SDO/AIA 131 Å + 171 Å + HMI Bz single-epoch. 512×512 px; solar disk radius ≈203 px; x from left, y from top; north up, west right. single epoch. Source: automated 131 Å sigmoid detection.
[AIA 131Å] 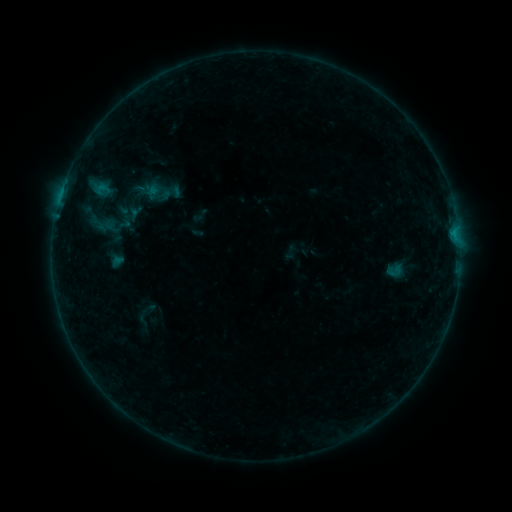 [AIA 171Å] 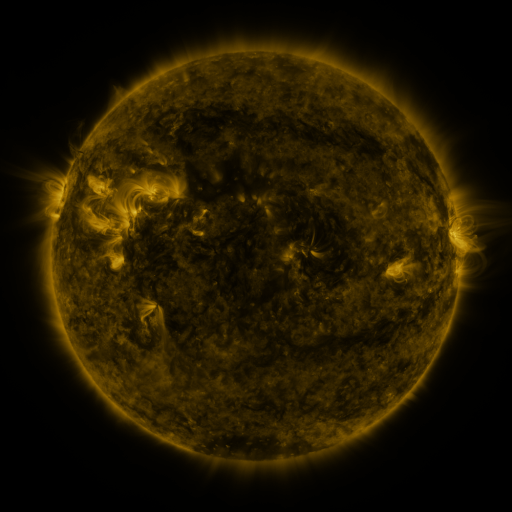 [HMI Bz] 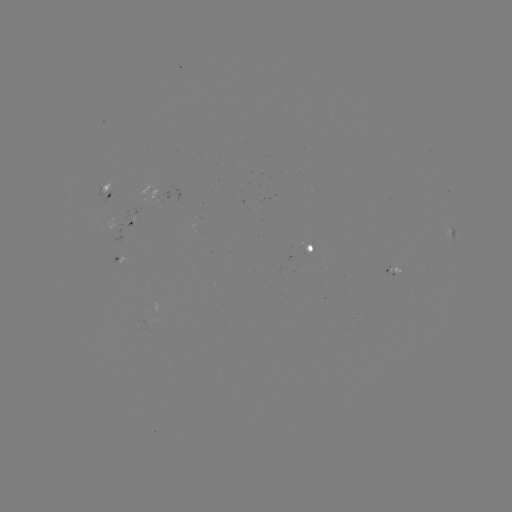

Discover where sigmoid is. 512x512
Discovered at [394, 271].